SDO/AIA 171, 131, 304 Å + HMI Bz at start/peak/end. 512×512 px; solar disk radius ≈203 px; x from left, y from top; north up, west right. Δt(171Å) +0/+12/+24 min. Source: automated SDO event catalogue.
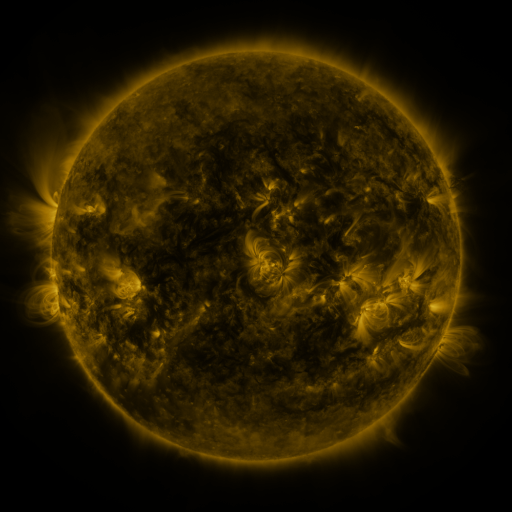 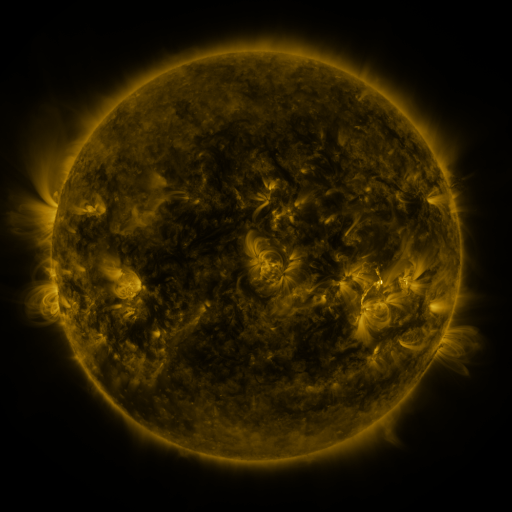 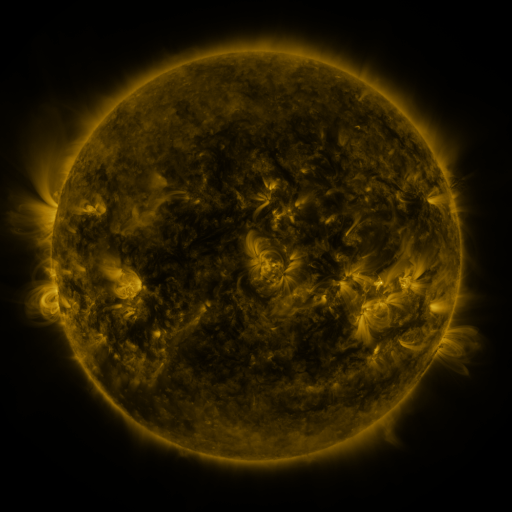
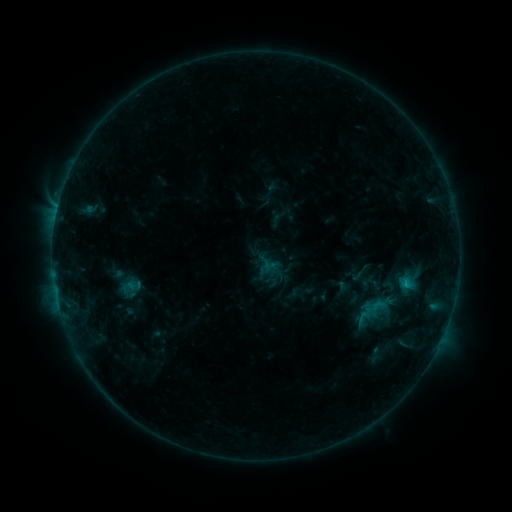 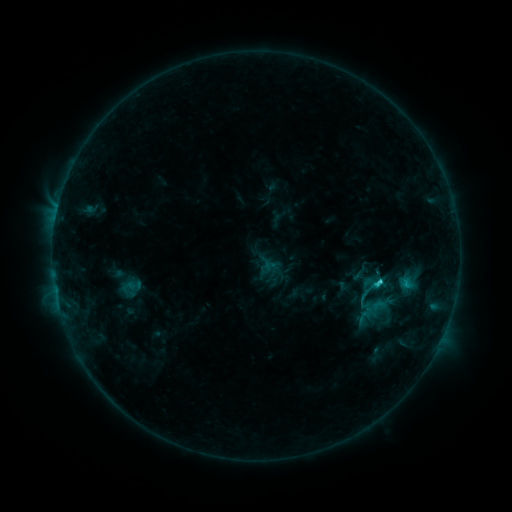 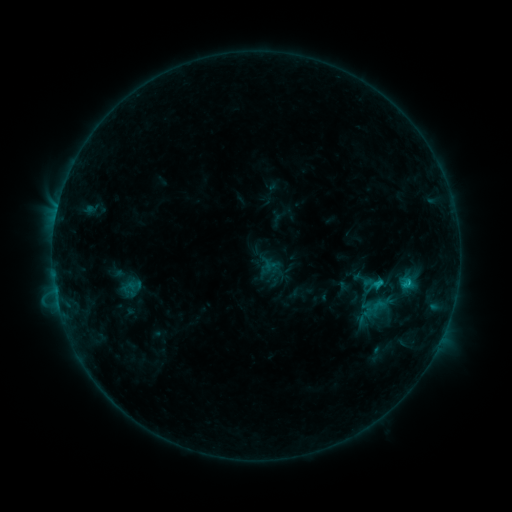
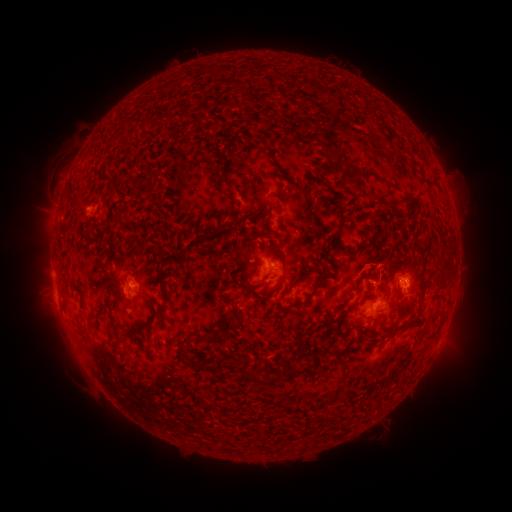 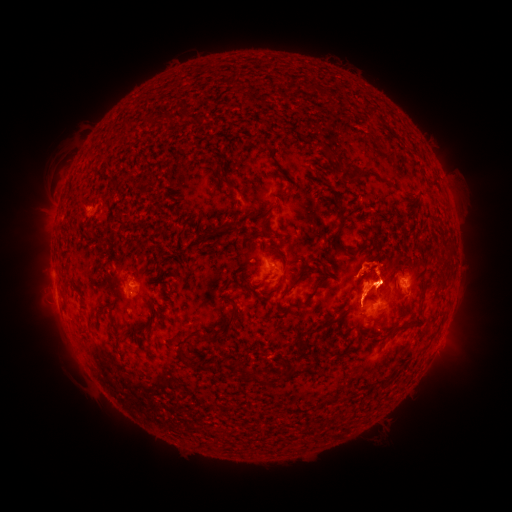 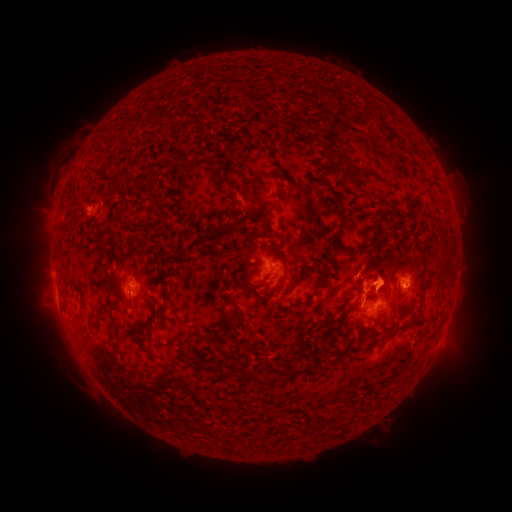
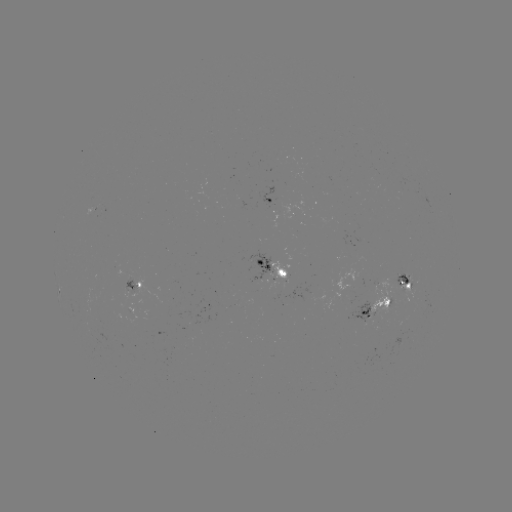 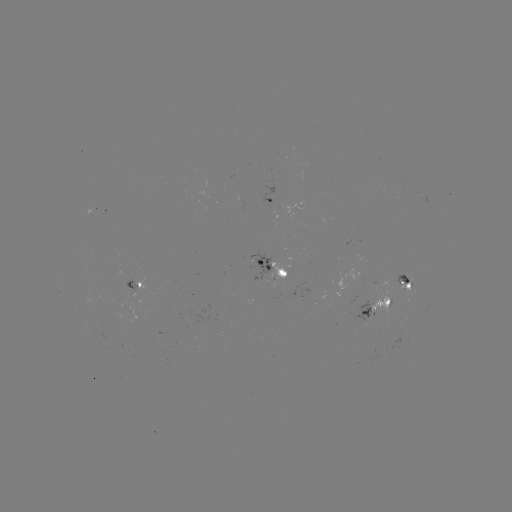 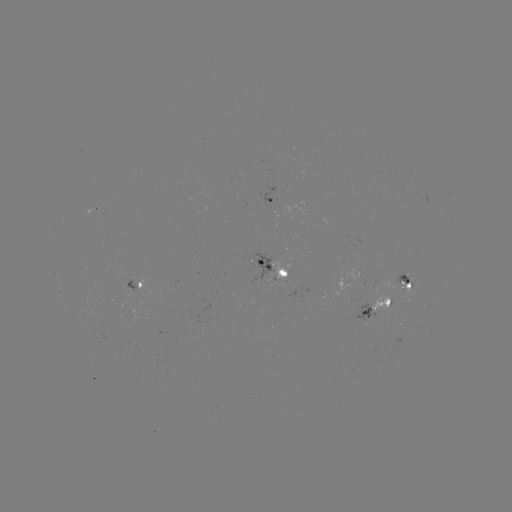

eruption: [324, 233, 407, 320]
